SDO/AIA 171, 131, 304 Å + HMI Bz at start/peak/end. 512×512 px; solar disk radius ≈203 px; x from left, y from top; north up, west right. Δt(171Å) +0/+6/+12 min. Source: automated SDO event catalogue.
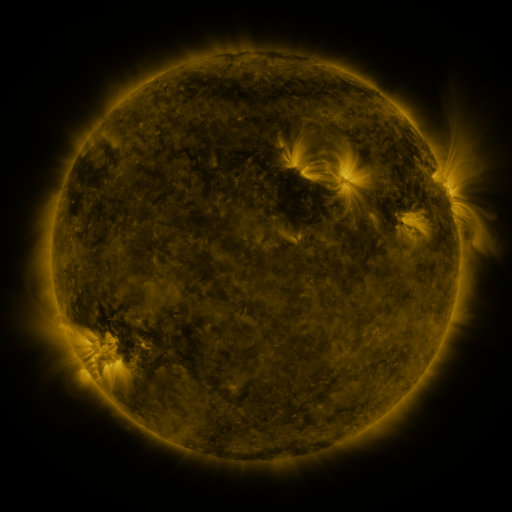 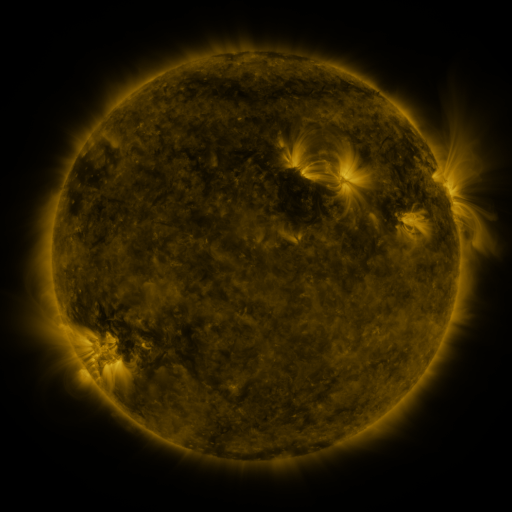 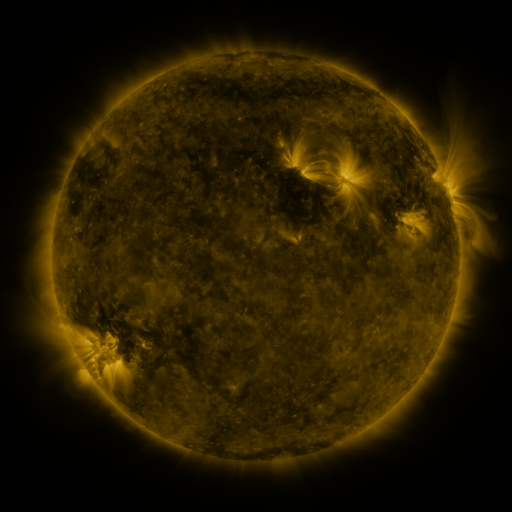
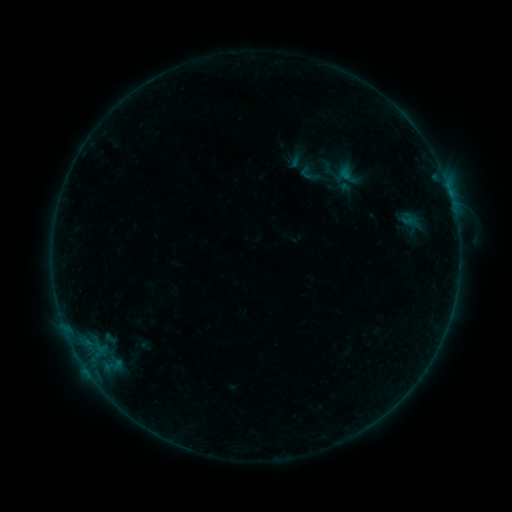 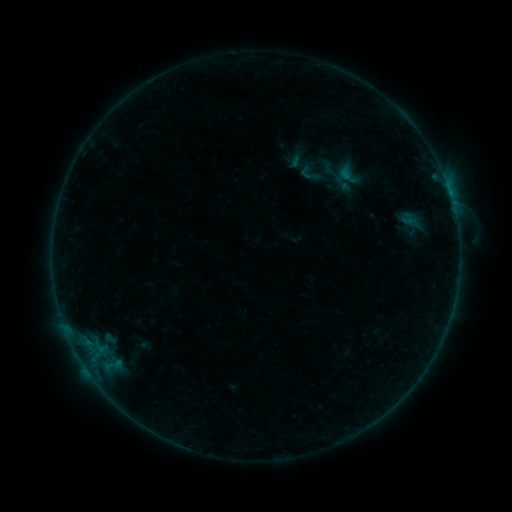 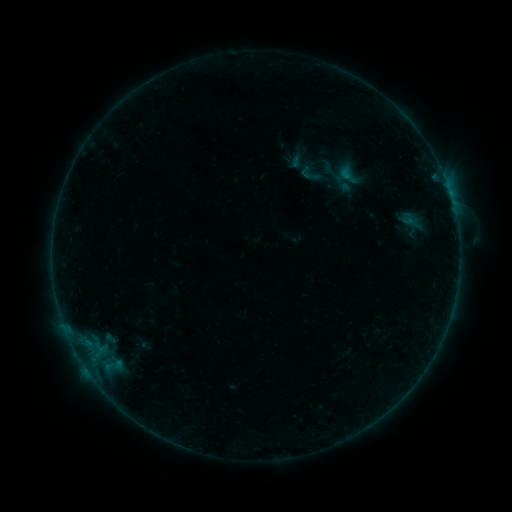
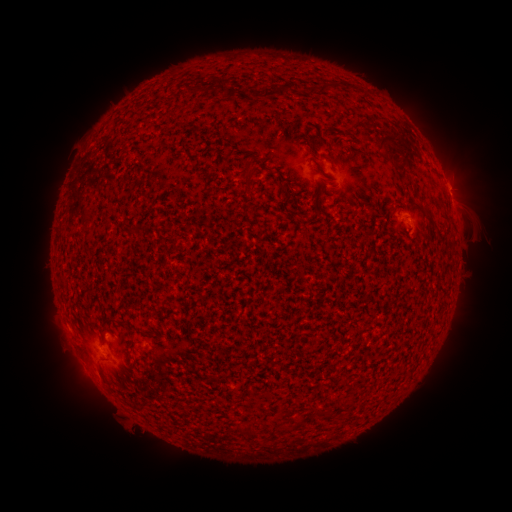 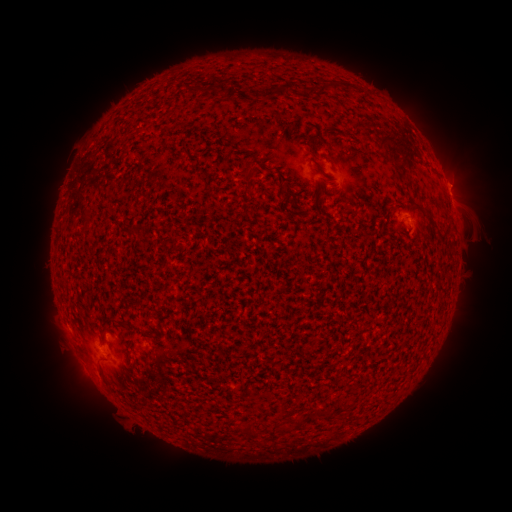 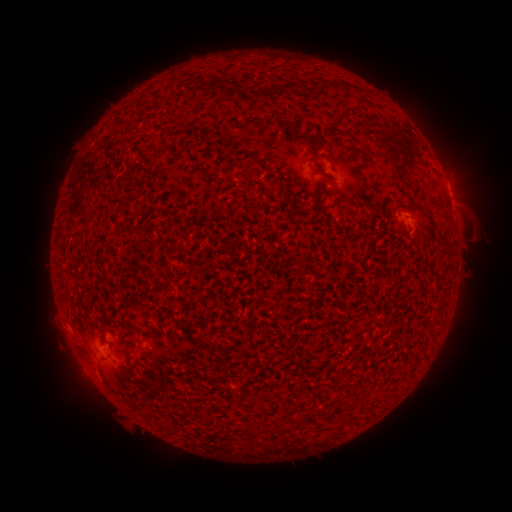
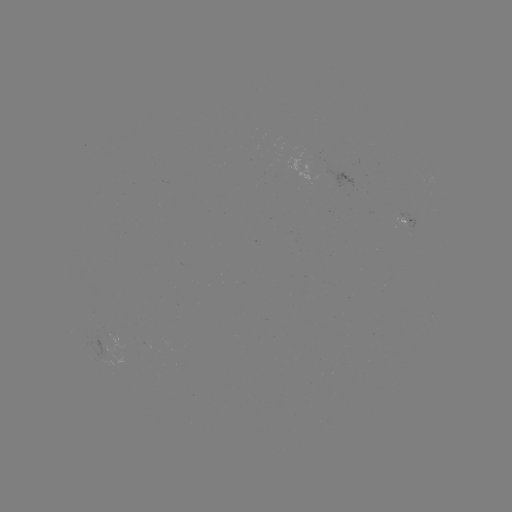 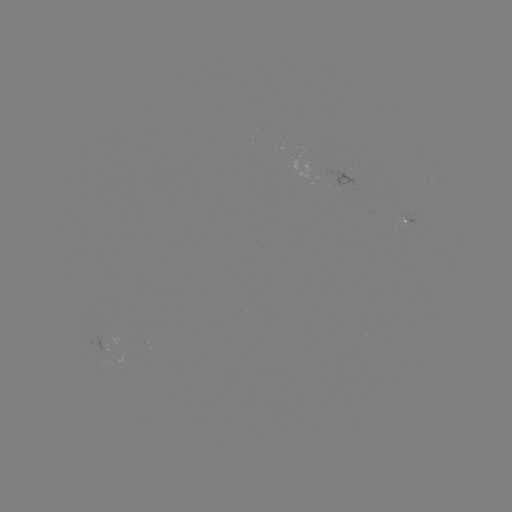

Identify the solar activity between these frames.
eruption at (462, 182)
